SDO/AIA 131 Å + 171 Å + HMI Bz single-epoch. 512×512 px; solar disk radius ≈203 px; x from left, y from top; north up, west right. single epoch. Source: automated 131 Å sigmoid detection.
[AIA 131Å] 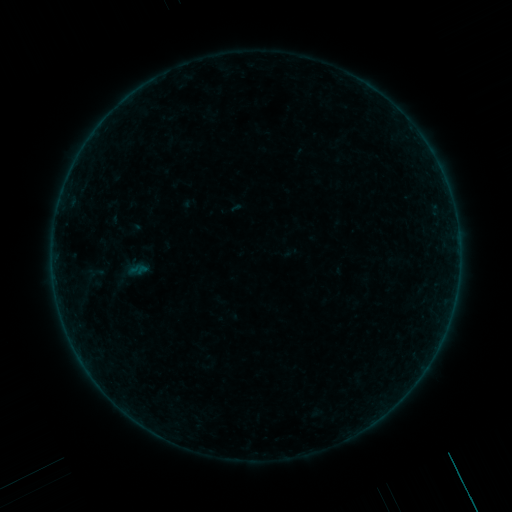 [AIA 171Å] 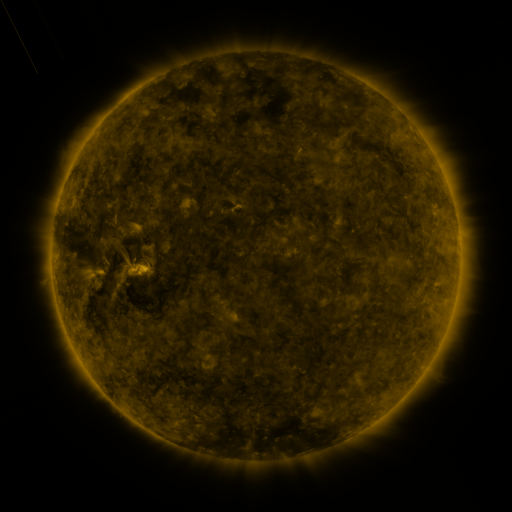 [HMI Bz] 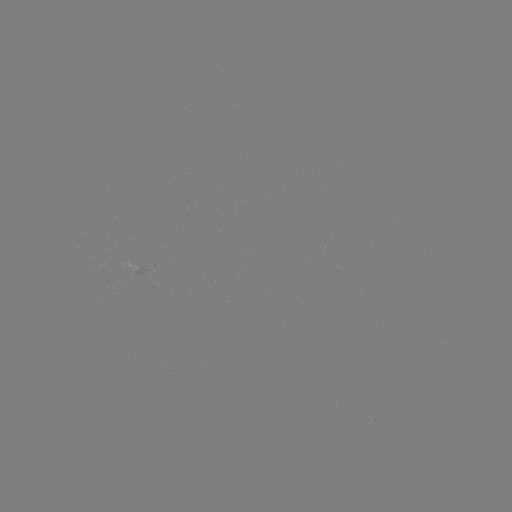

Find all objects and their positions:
sigmoid: (95, 273)
